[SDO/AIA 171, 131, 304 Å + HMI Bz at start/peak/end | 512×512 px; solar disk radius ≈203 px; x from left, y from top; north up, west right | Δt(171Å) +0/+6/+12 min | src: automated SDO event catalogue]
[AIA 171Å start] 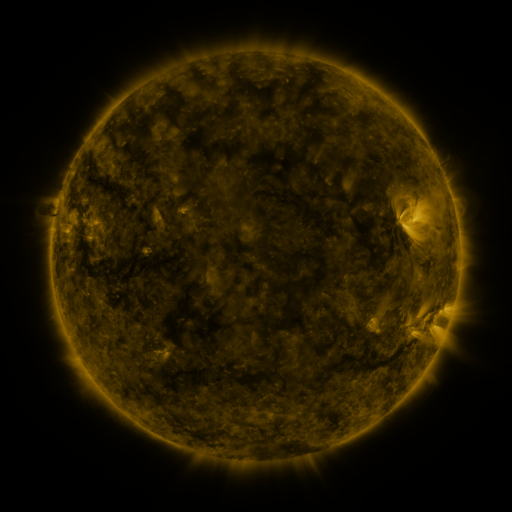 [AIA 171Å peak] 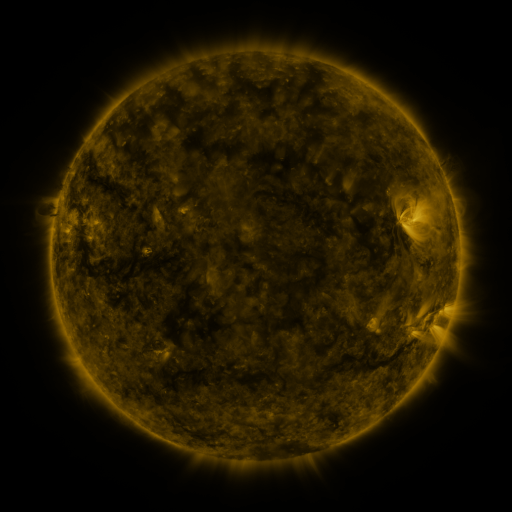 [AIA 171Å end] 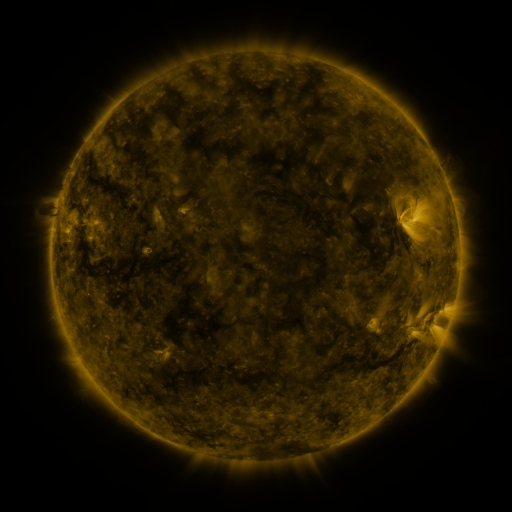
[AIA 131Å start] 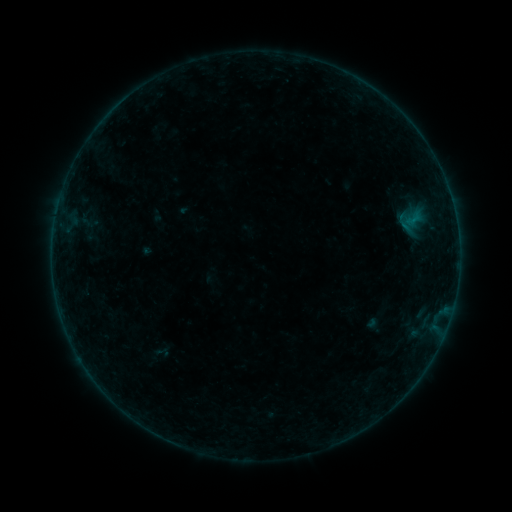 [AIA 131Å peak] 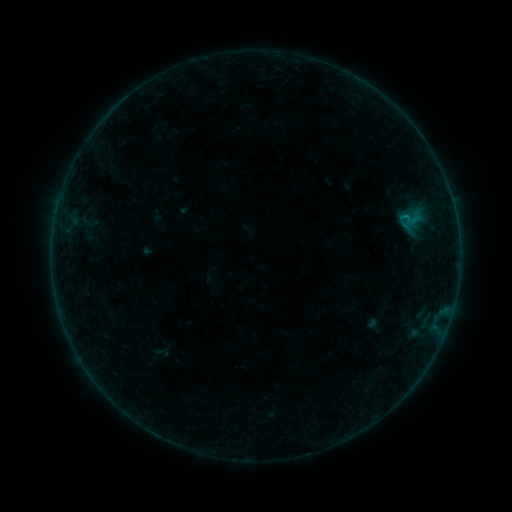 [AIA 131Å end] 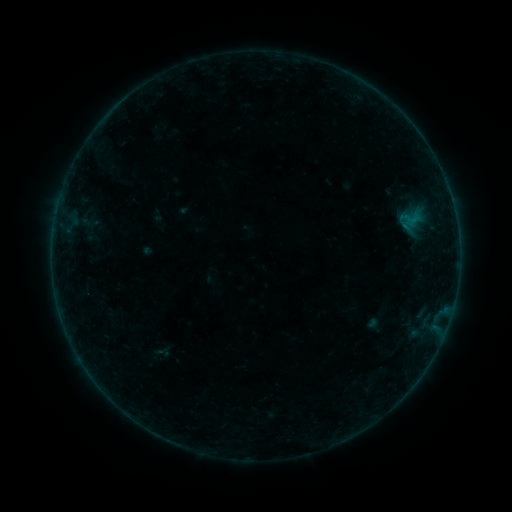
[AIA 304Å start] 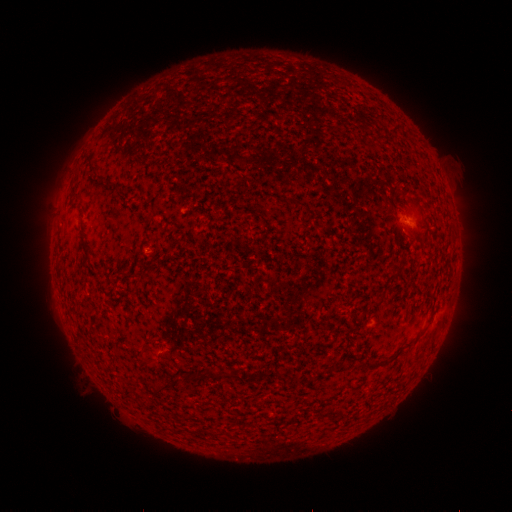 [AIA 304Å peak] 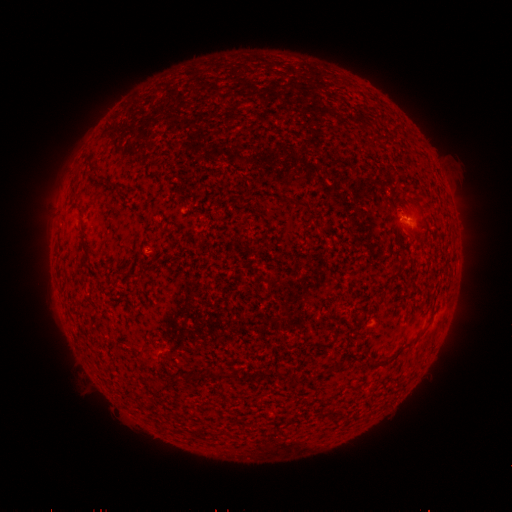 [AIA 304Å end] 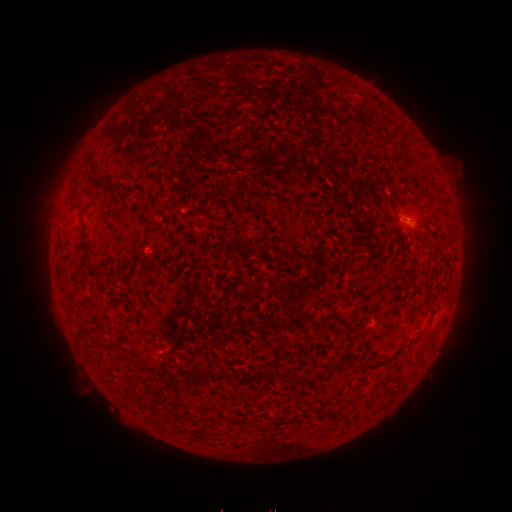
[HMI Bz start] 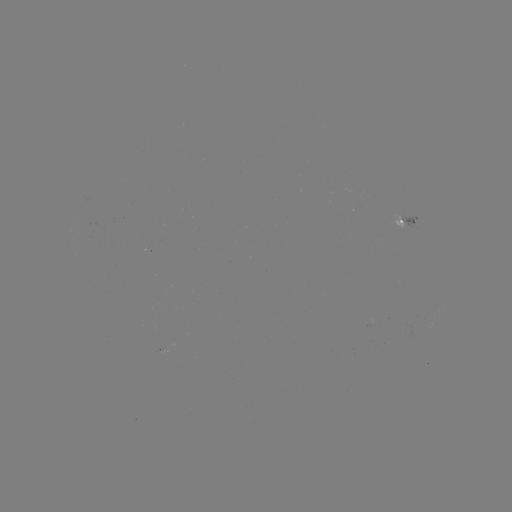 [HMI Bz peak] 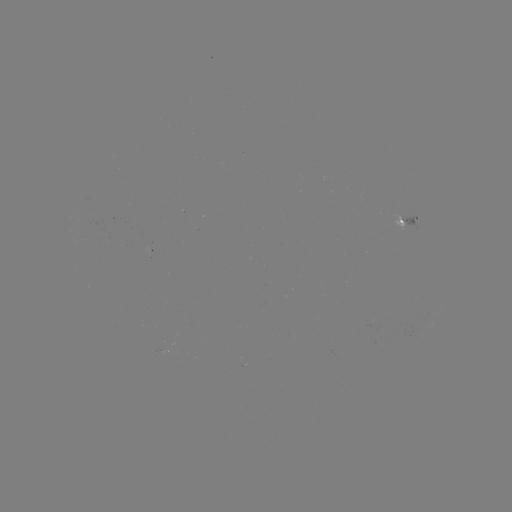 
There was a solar flare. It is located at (405, 218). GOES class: B1.9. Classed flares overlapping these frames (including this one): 1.